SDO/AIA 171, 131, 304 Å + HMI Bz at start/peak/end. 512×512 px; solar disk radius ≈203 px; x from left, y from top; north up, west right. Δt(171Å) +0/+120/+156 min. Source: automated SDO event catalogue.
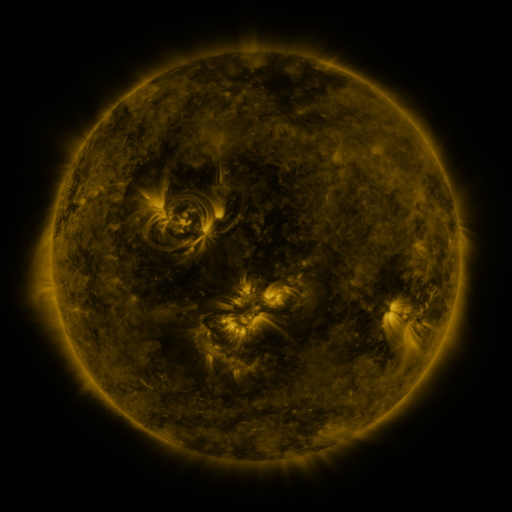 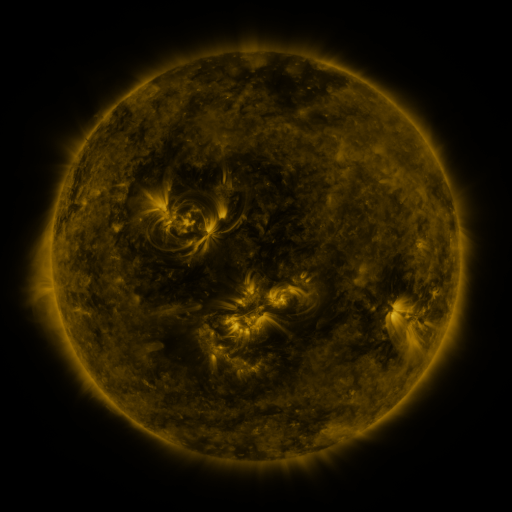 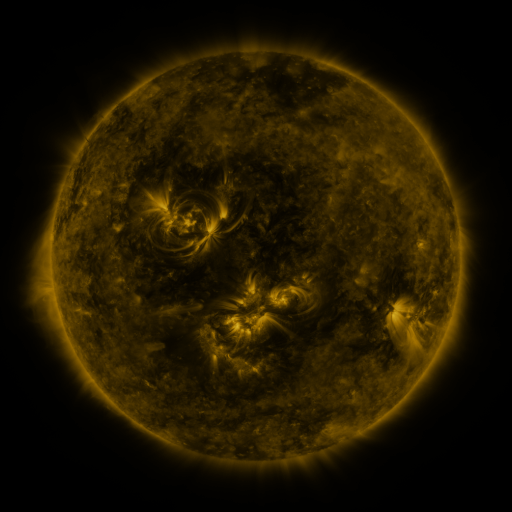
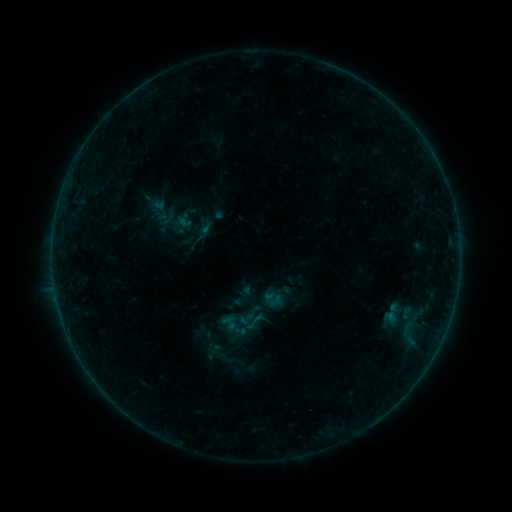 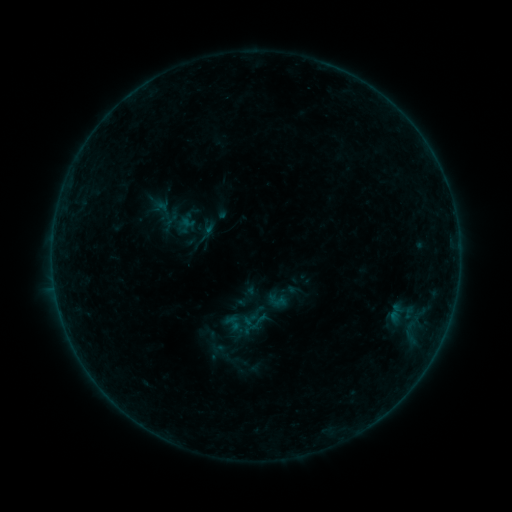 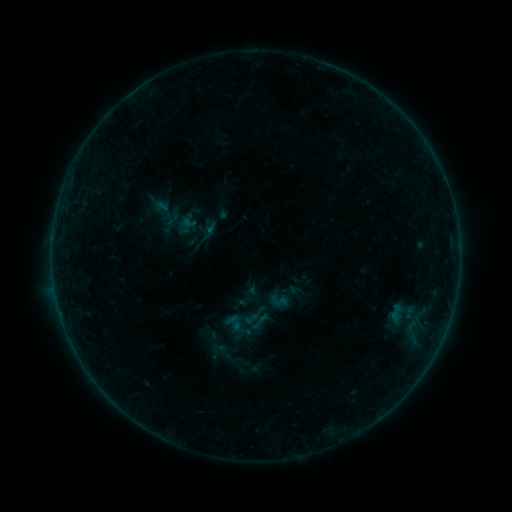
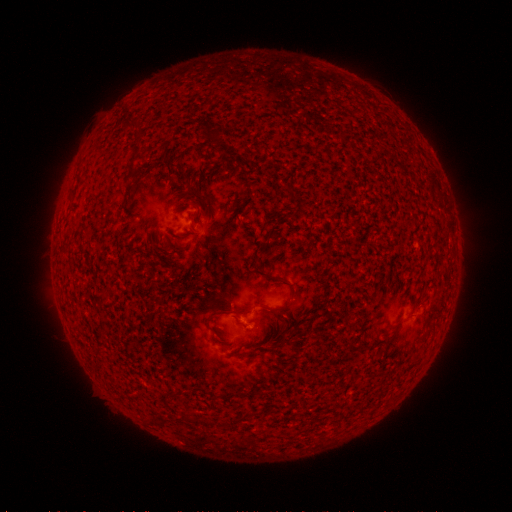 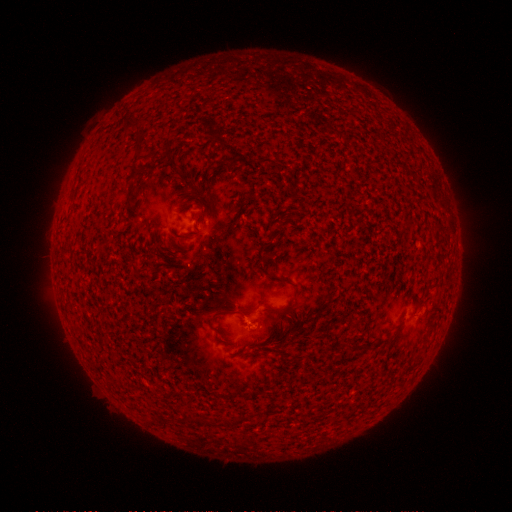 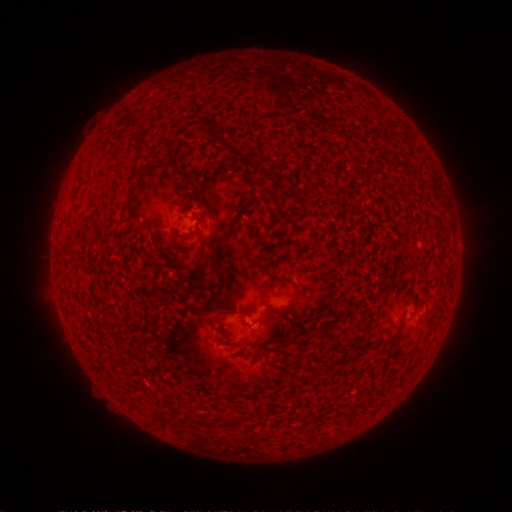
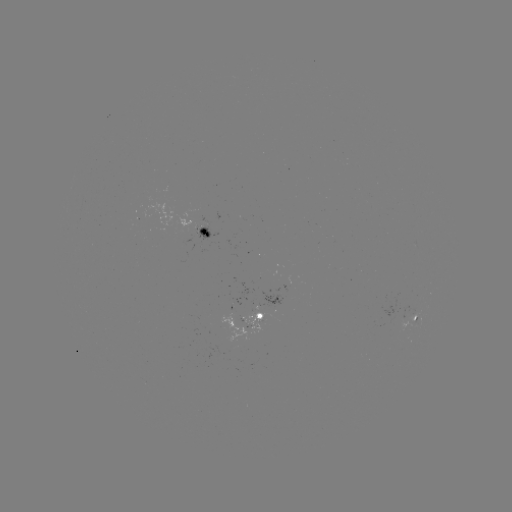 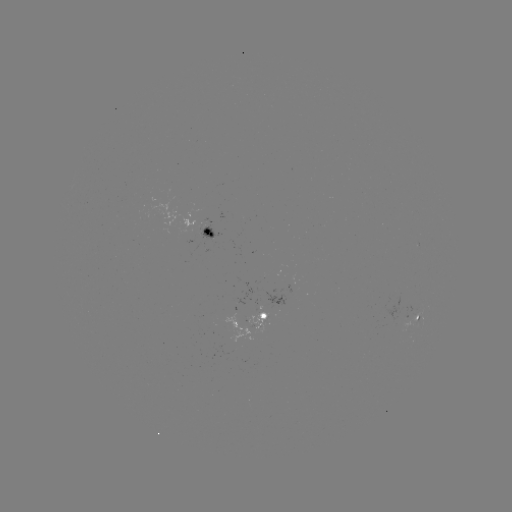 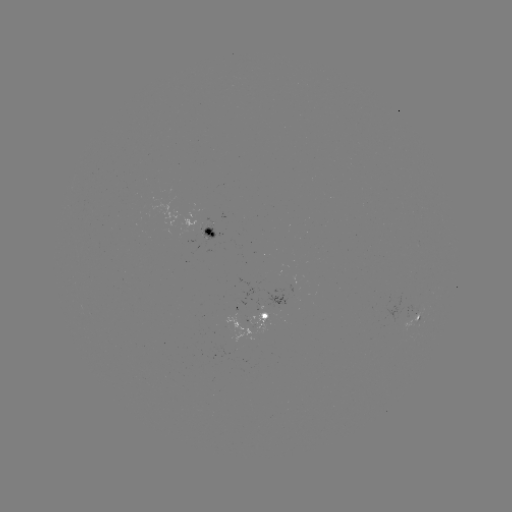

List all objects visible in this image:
emerging-flux region: (415, 315)
